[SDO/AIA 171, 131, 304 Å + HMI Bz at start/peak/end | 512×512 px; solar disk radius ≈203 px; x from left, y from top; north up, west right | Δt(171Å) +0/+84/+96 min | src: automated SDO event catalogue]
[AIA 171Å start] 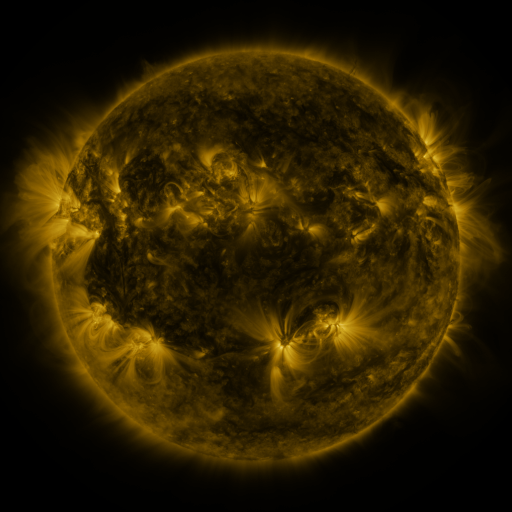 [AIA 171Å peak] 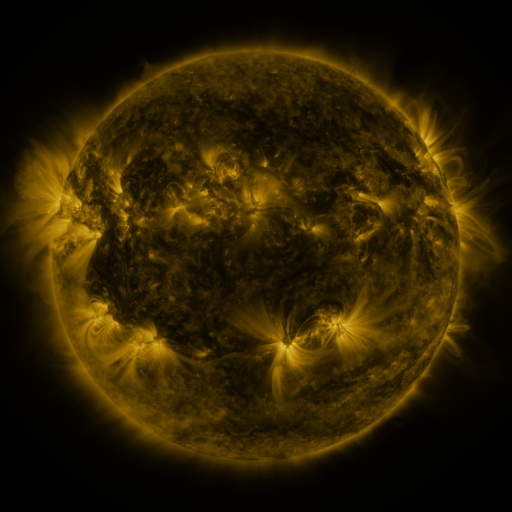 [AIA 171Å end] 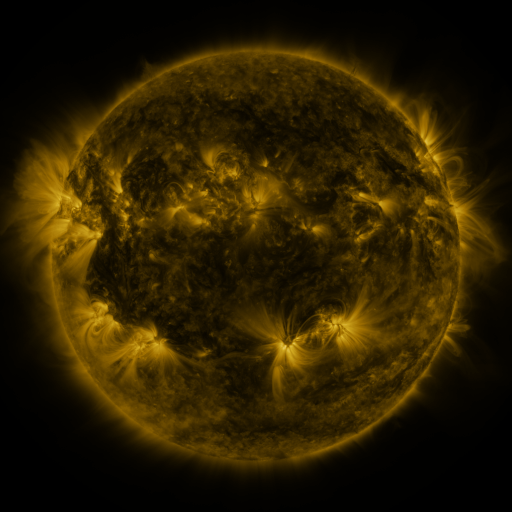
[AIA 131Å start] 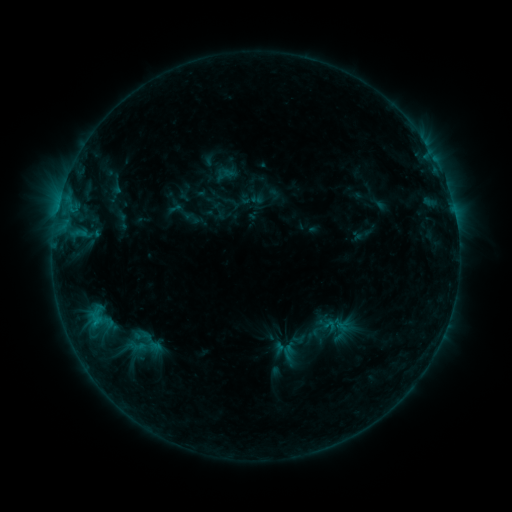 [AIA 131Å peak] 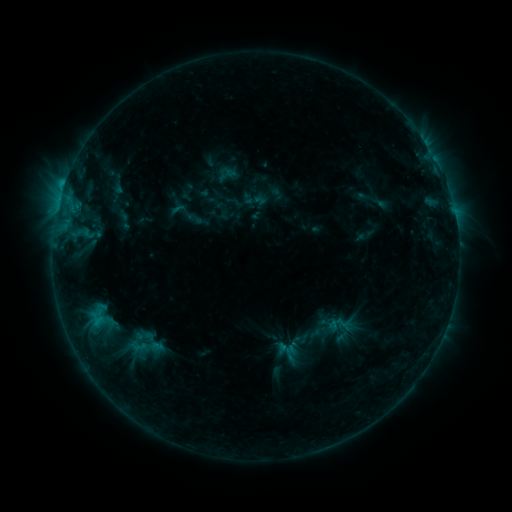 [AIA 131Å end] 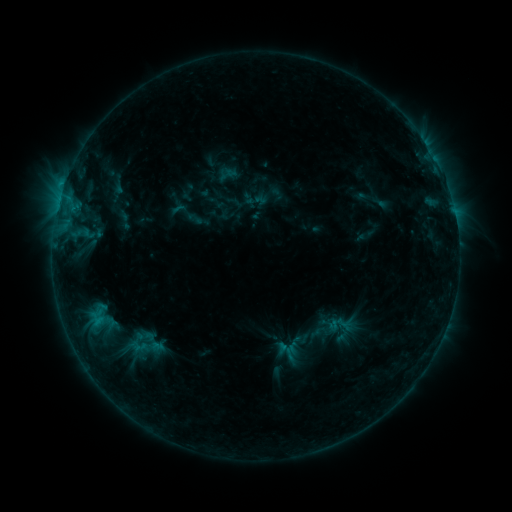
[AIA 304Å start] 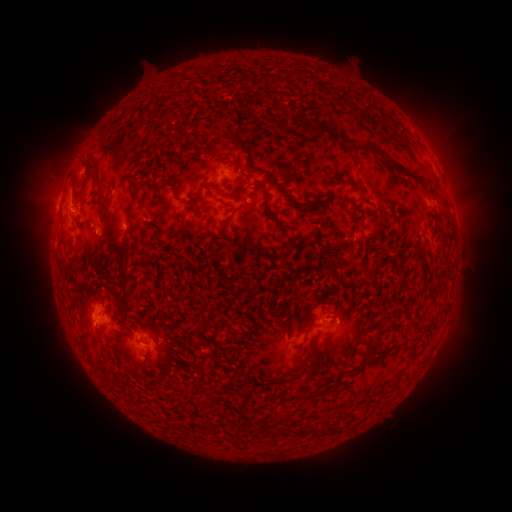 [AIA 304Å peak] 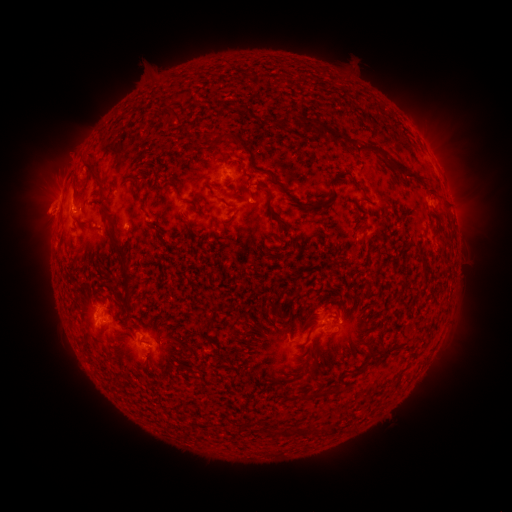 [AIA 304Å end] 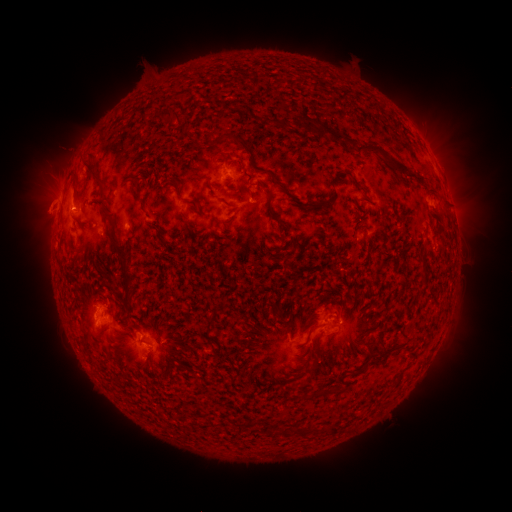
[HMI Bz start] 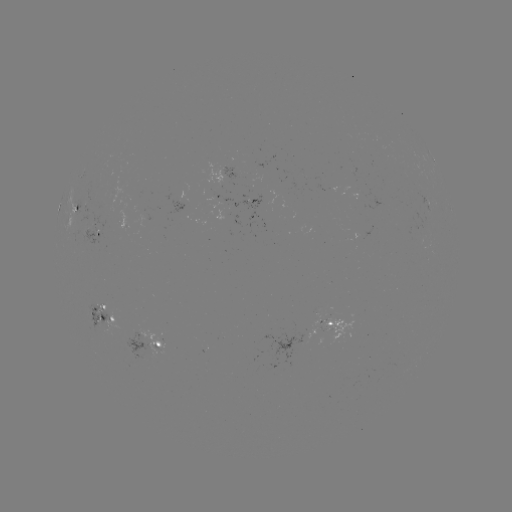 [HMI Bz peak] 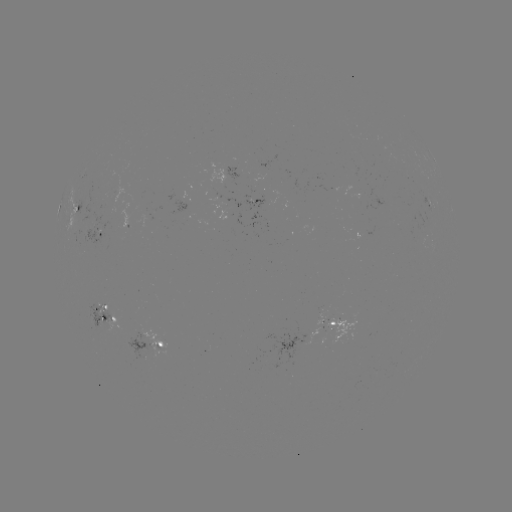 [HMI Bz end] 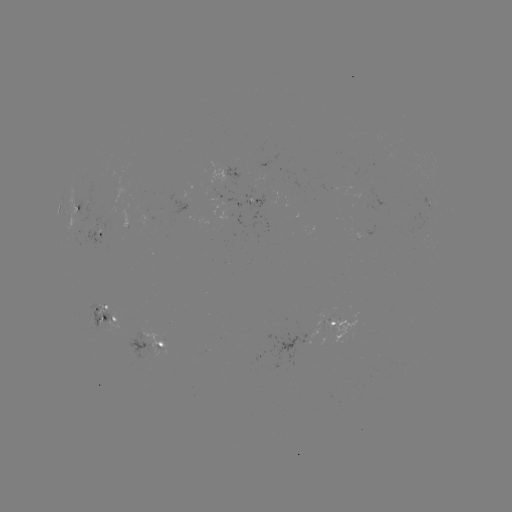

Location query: emerging-flux region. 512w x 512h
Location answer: [262, 202].